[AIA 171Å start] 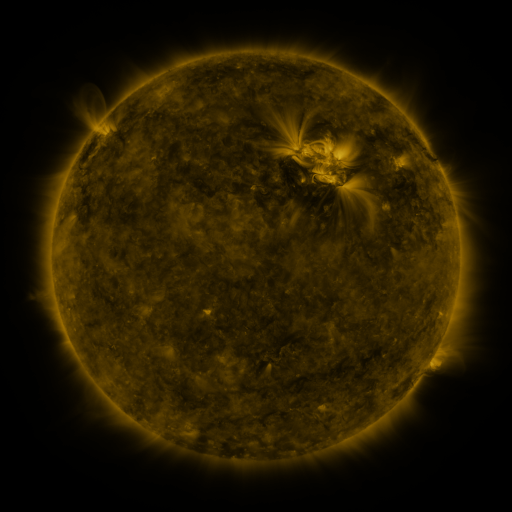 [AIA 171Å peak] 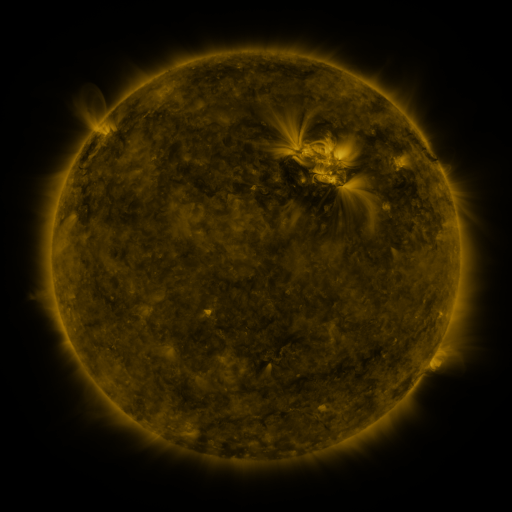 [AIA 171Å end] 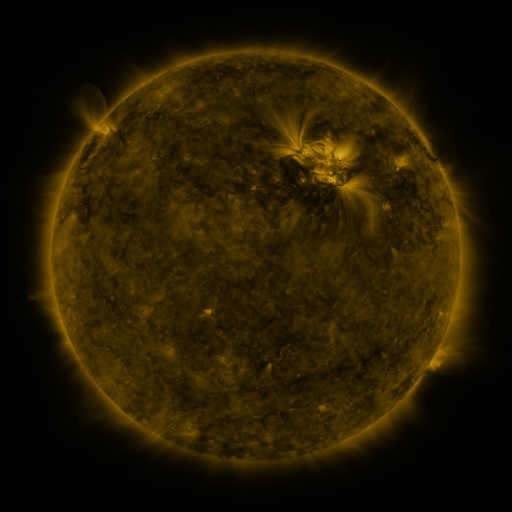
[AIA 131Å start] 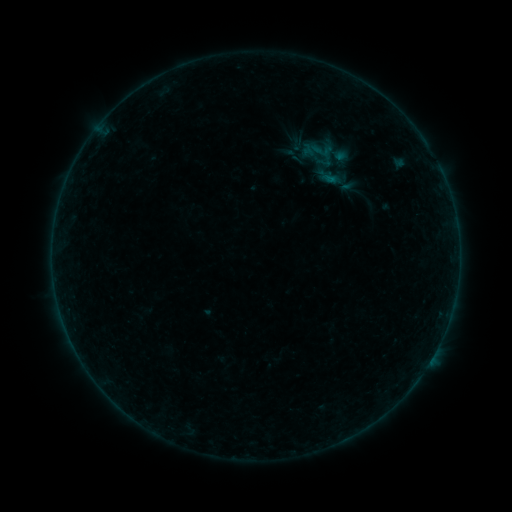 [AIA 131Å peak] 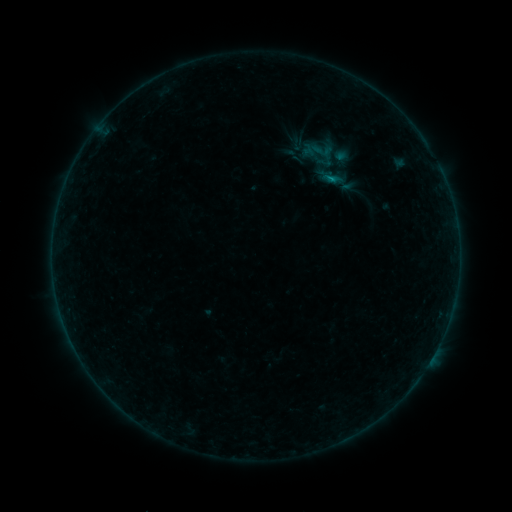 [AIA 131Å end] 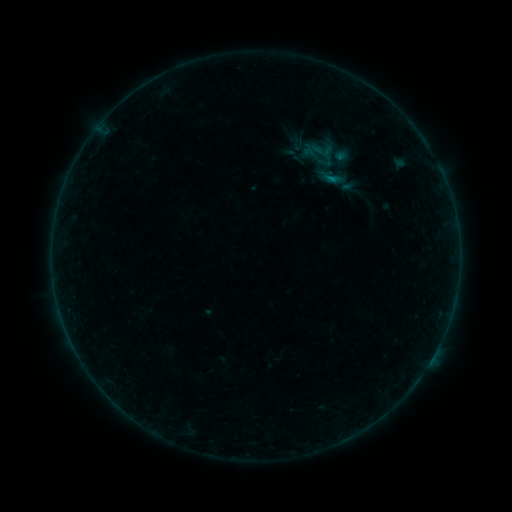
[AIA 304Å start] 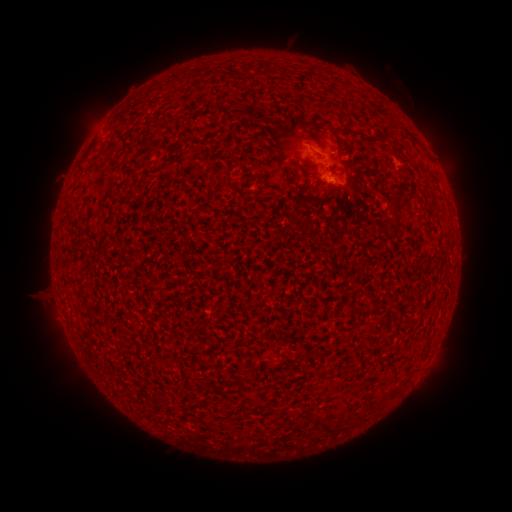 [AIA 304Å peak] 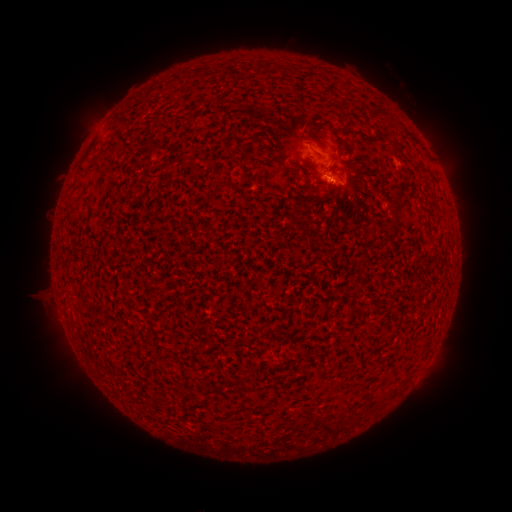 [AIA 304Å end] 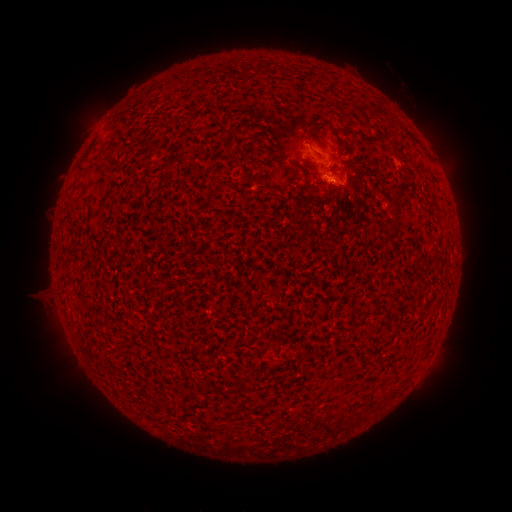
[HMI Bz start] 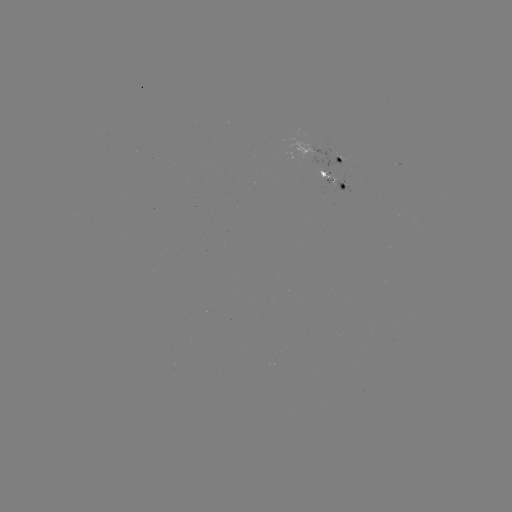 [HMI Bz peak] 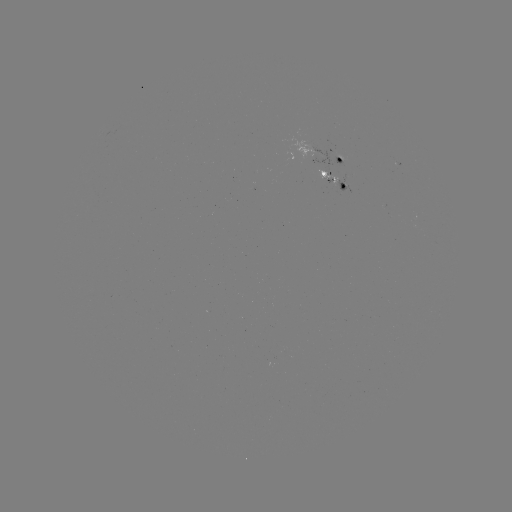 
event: flare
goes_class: B2.6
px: (329, 179)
